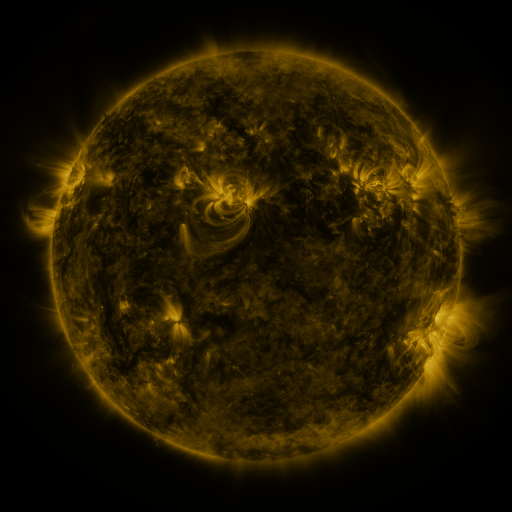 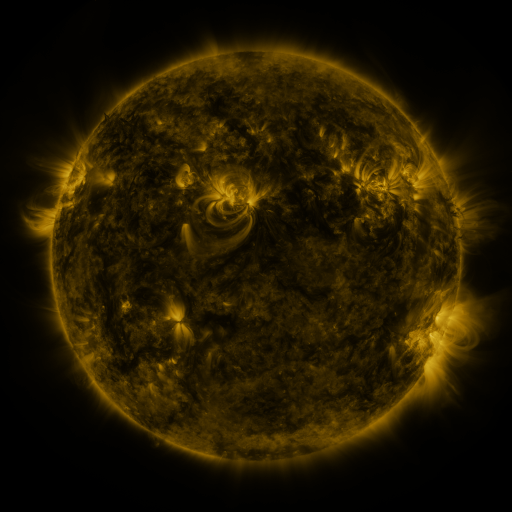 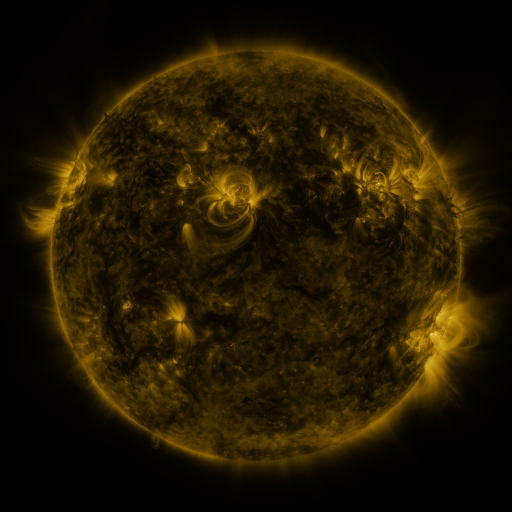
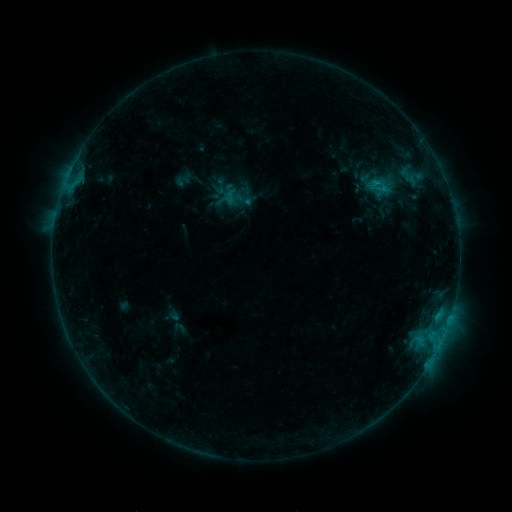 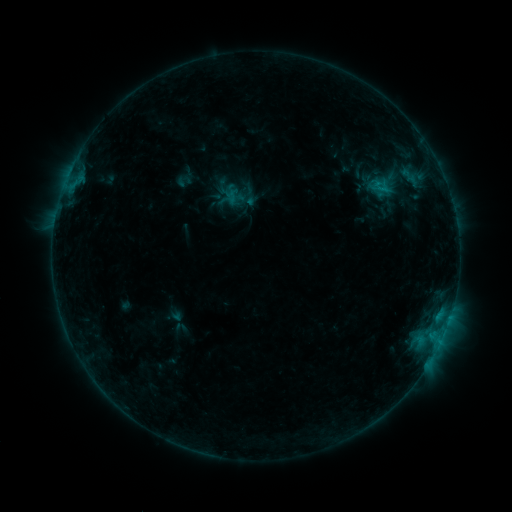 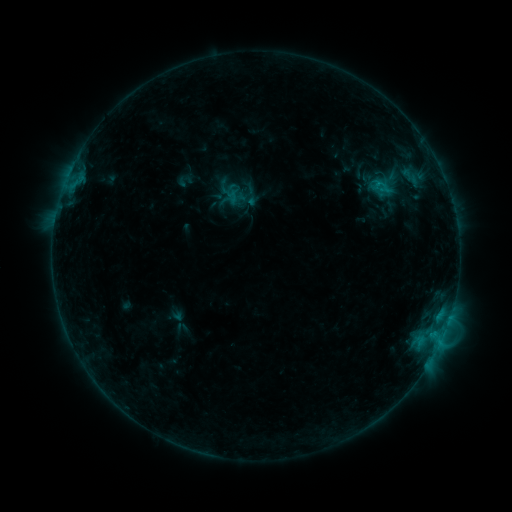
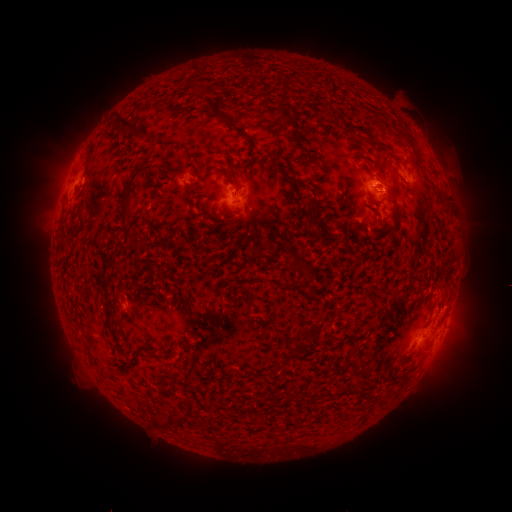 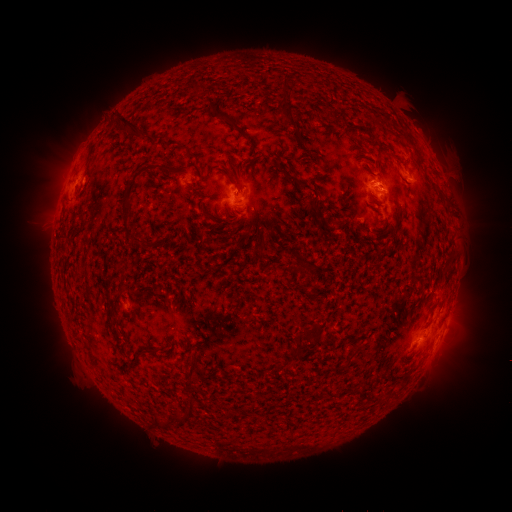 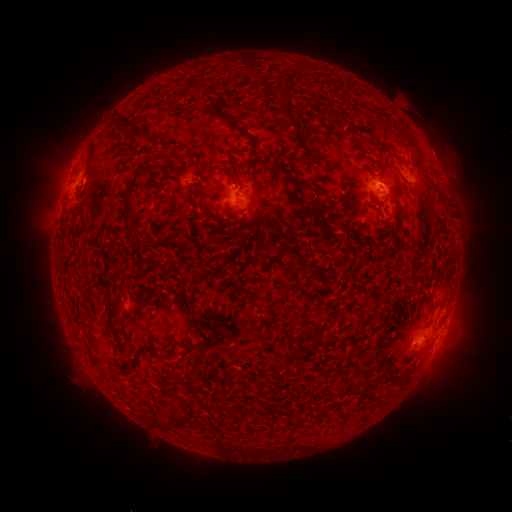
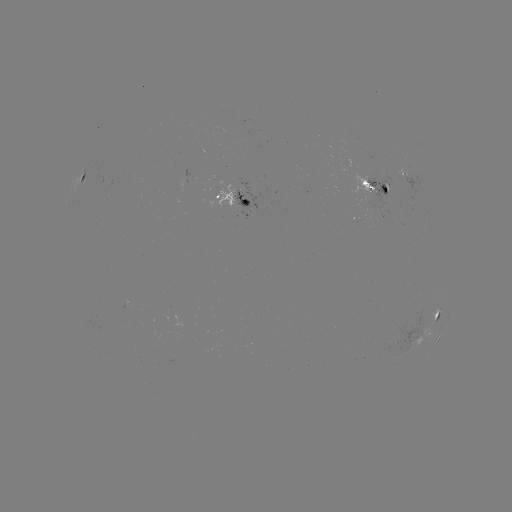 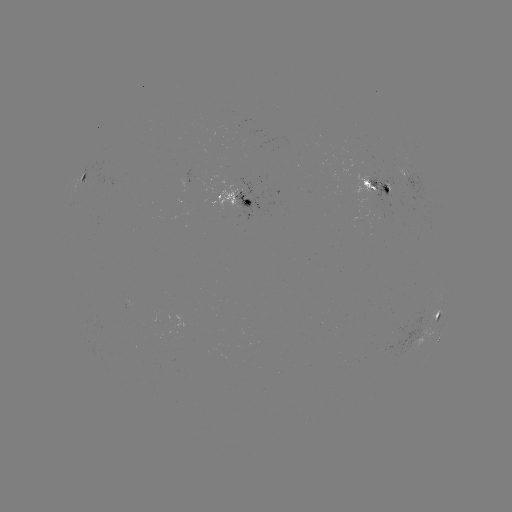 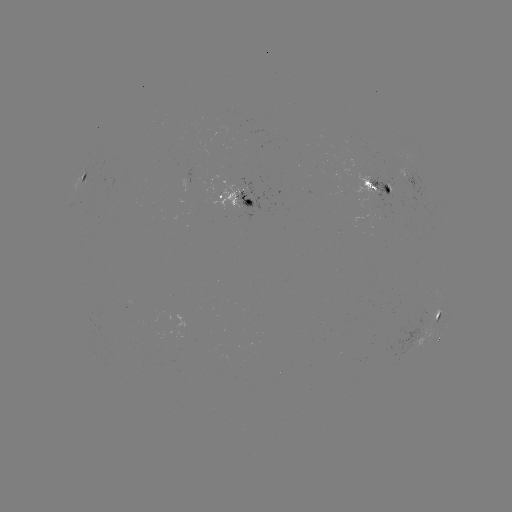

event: emerging-flux region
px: (114, 180)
